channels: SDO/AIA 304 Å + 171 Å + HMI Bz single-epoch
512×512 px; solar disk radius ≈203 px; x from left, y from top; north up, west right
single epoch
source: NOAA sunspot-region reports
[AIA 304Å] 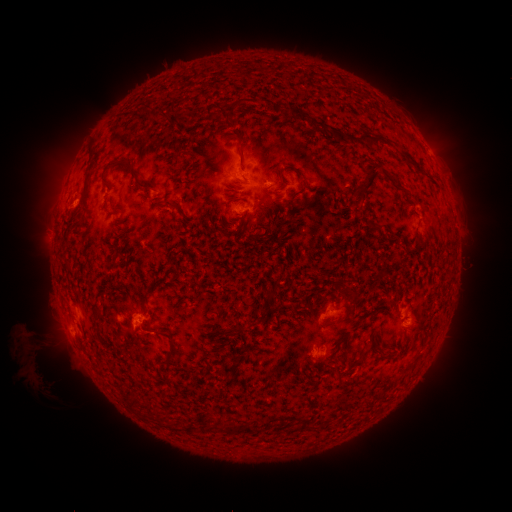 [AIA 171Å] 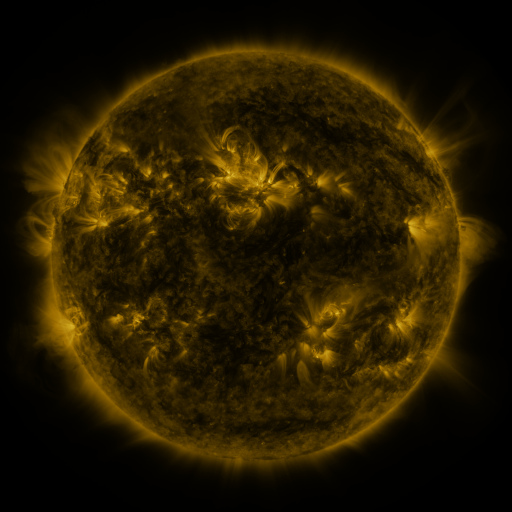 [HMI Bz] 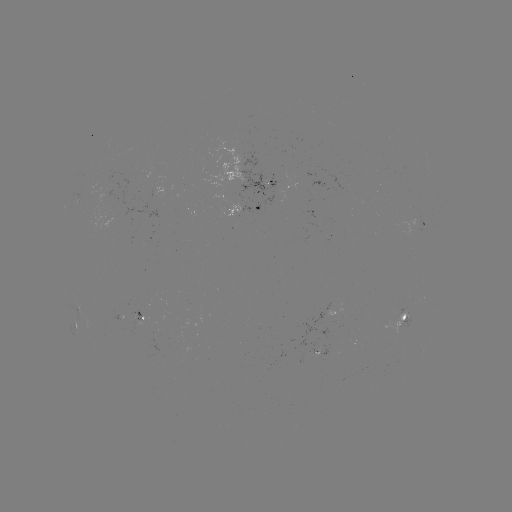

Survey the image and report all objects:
spotted active region: (269, 178)
spotted active region: (245, 209)
spotted active region: (425, 225)
spotted active region: (325, 311)
spotted active region: (404, 316)
spotted active region: (76, 324)
spotted active region: (322, 351)
